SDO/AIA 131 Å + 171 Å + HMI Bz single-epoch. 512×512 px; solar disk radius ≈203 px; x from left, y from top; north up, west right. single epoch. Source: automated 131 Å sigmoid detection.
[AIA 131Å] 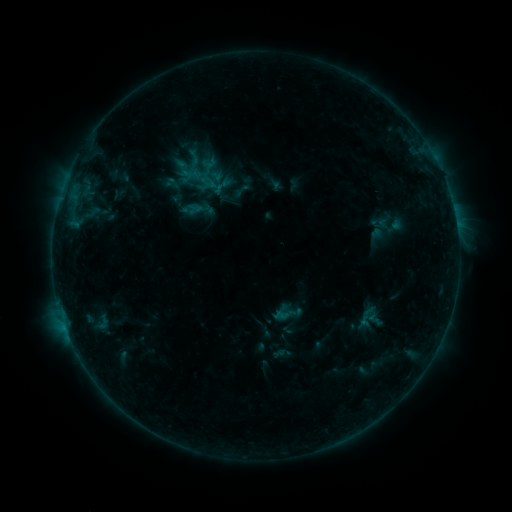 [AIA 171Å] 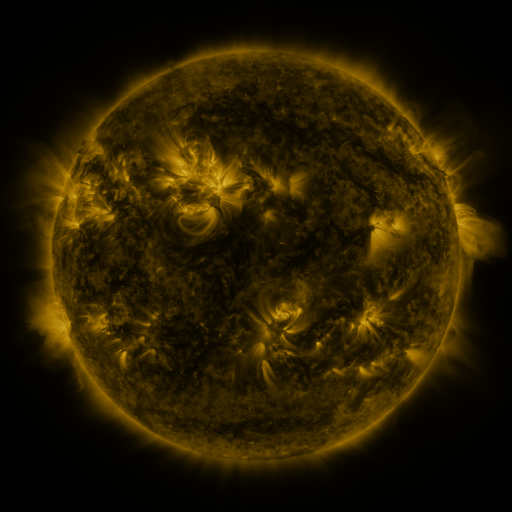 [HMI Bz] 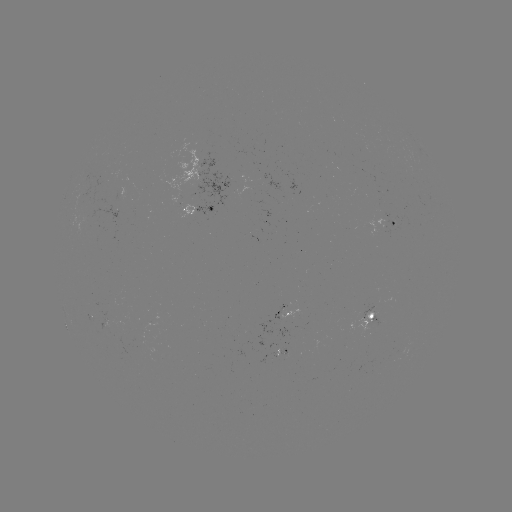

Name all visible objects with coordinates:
sigmoid: (186, 149, 203, 167)
